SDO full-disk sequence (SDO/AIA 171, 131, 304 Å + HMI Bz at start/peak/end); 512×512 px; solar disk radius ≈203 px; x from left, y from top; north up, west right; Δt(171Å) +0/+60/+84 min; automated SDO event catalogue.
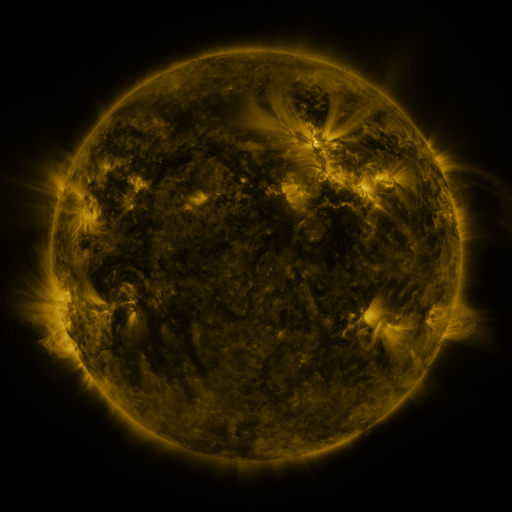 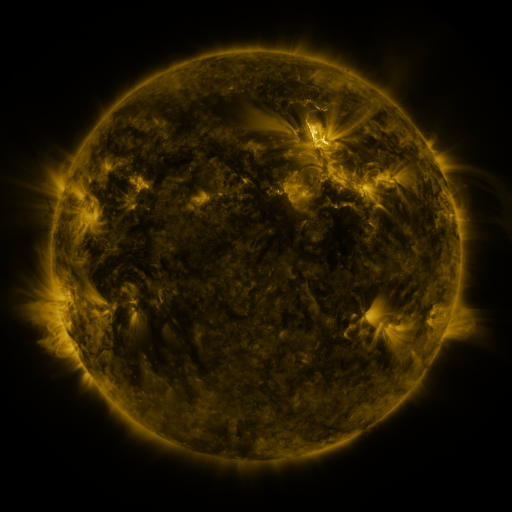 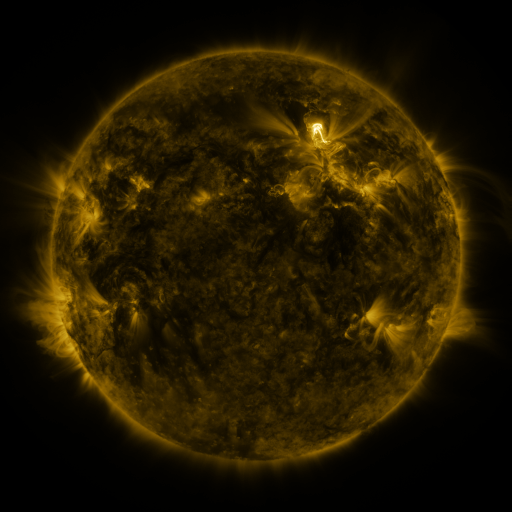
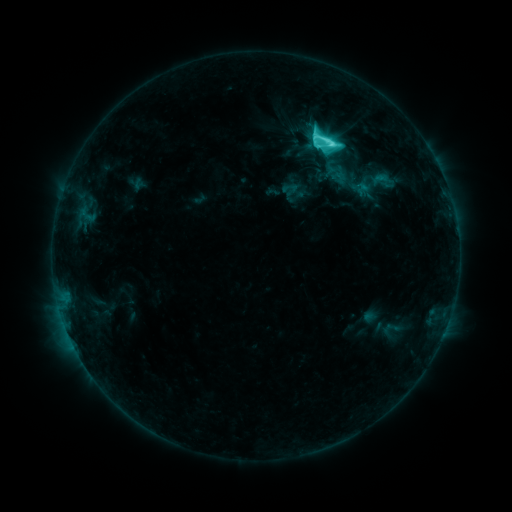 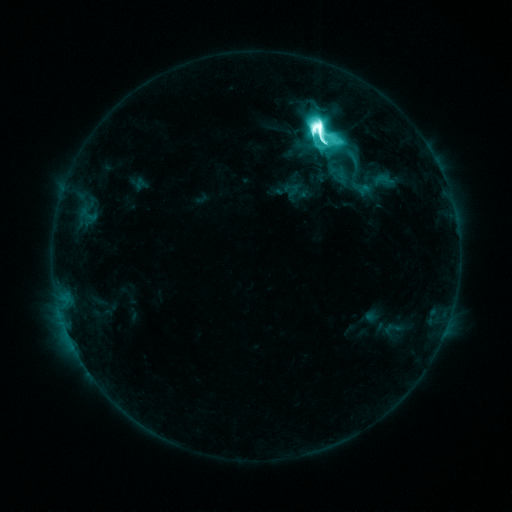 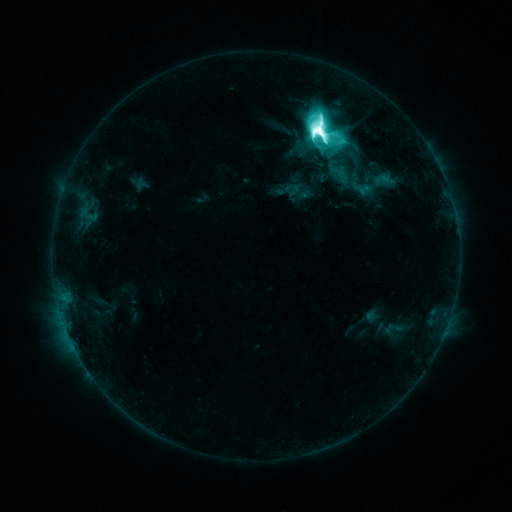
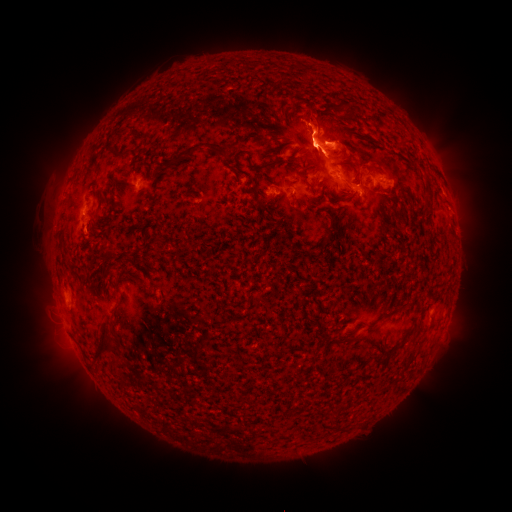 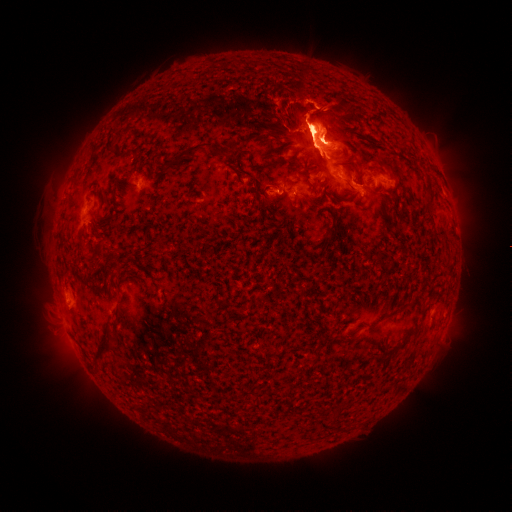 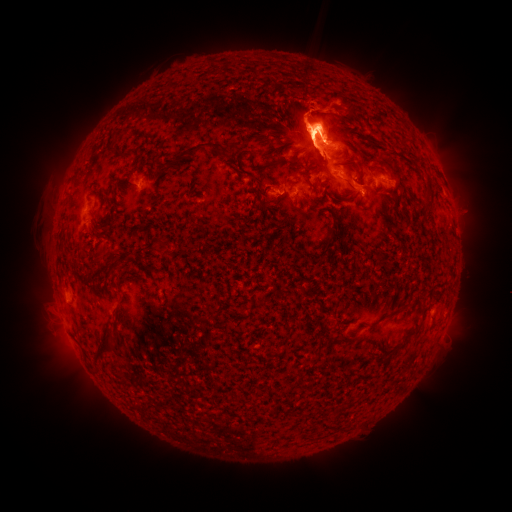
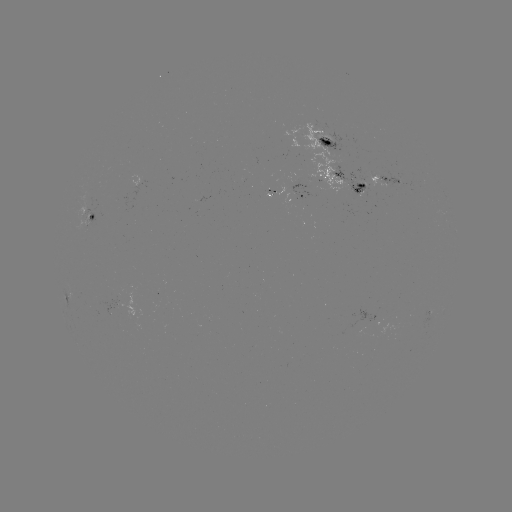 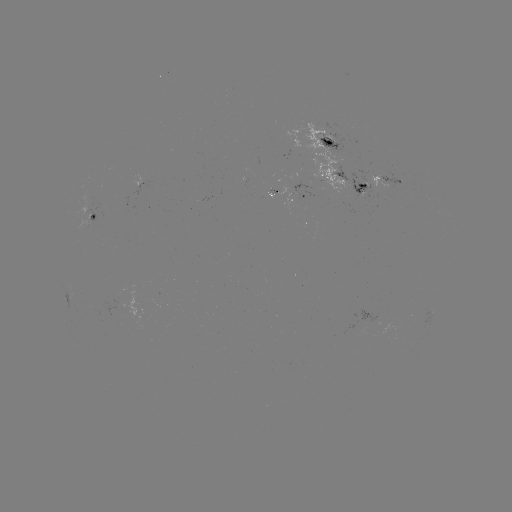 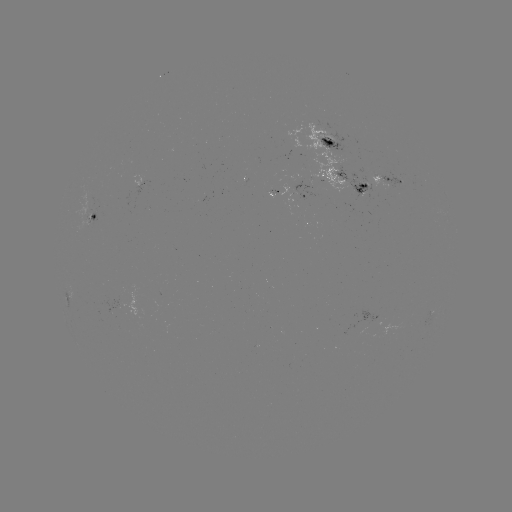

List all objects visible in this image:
emerging-flux region: (318, 140)
